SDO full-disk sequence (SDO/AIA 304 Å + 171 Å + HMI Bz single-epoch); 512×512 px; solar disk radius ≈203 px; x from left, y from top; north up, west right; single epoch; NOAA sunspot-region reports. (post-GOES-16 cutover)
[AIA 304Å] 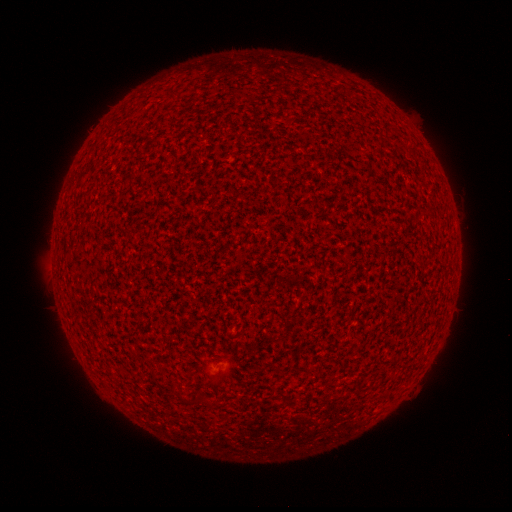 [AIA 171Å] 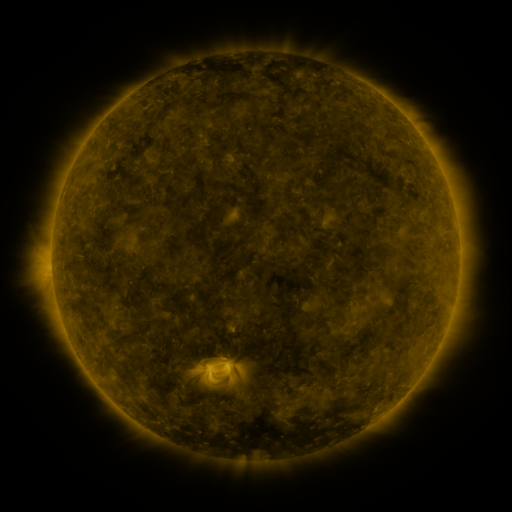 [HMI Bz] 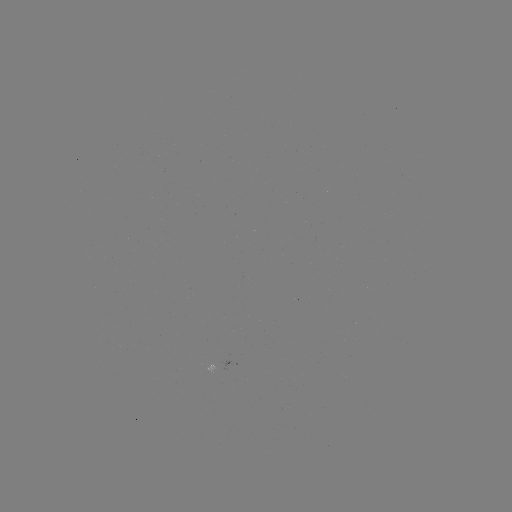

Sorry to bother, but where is spotted active region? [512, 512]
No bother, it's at [229, 362].